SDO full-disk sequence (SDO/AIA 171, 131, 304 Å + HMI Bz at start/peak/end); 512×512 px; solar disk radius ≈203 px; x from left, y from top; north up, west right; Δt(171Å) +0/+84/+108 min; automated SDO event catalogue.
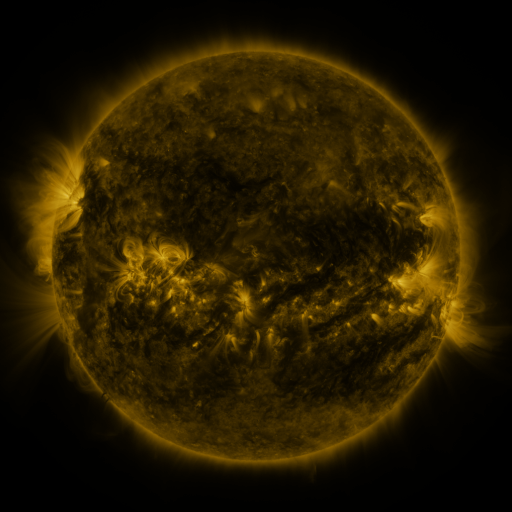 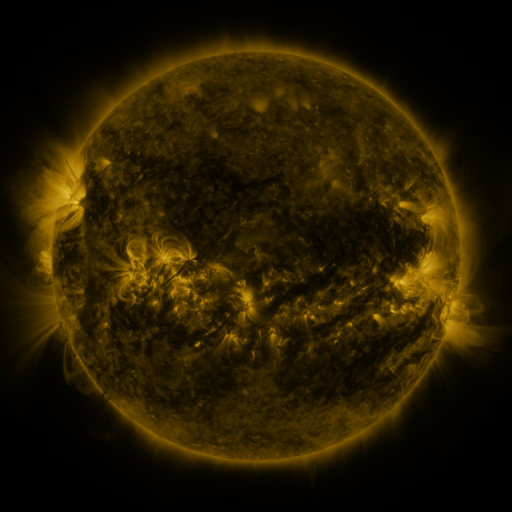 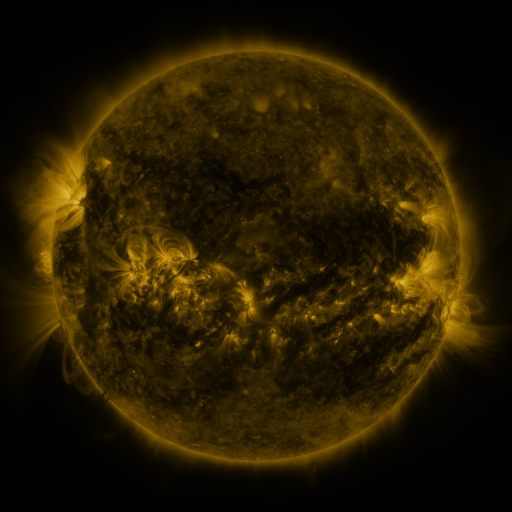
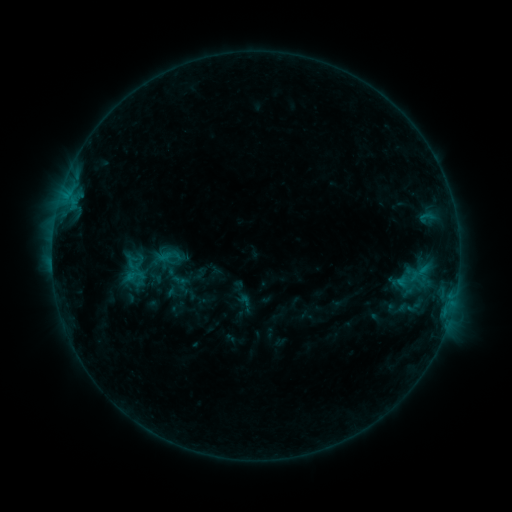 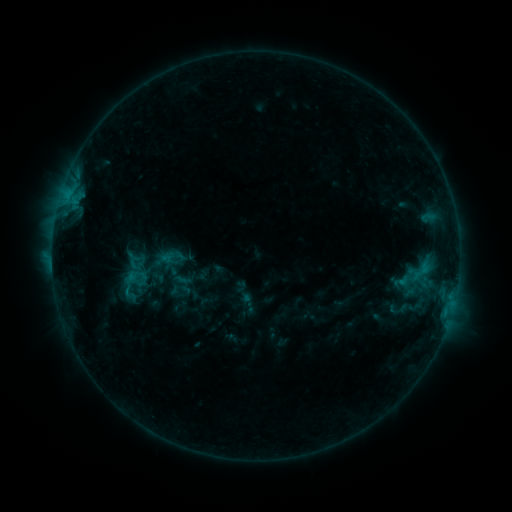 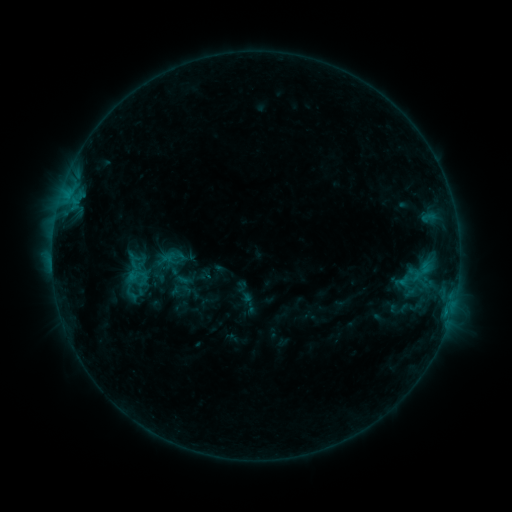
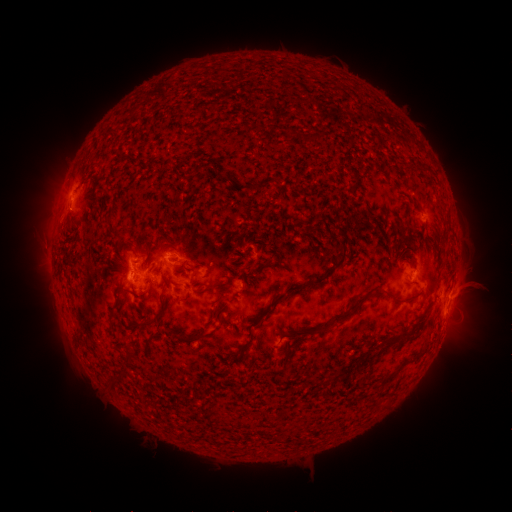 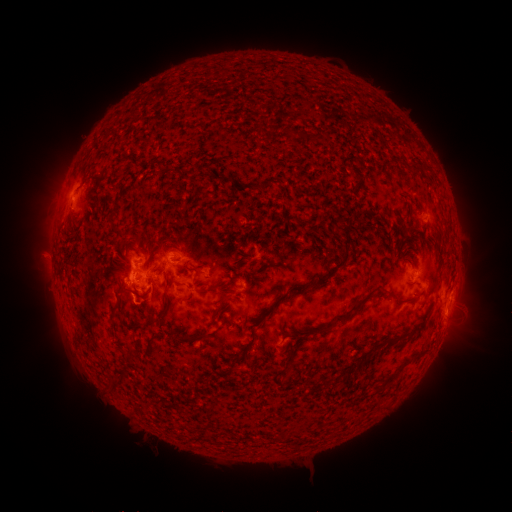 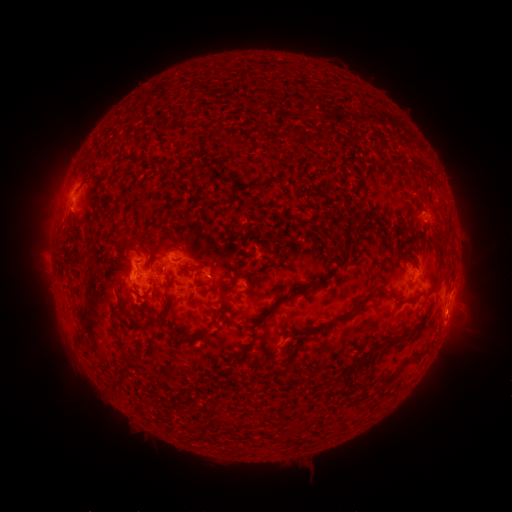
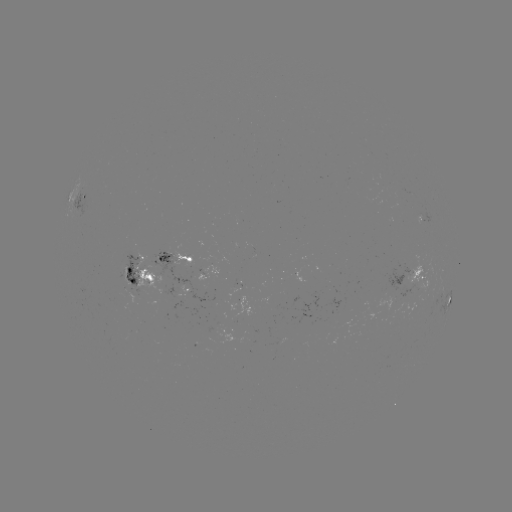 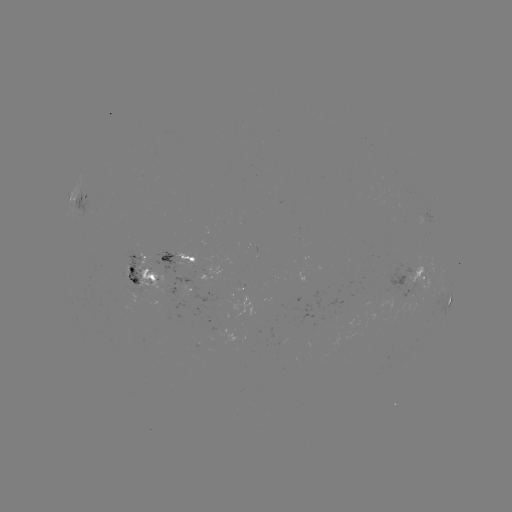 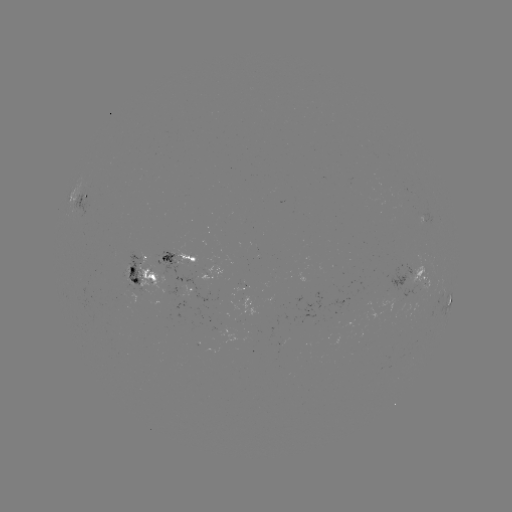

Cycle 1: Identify emerging-flux region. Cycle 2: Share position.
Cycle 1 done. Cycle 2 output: (165, 271).